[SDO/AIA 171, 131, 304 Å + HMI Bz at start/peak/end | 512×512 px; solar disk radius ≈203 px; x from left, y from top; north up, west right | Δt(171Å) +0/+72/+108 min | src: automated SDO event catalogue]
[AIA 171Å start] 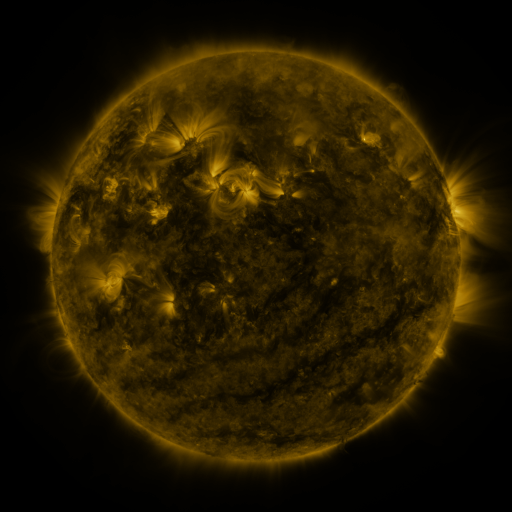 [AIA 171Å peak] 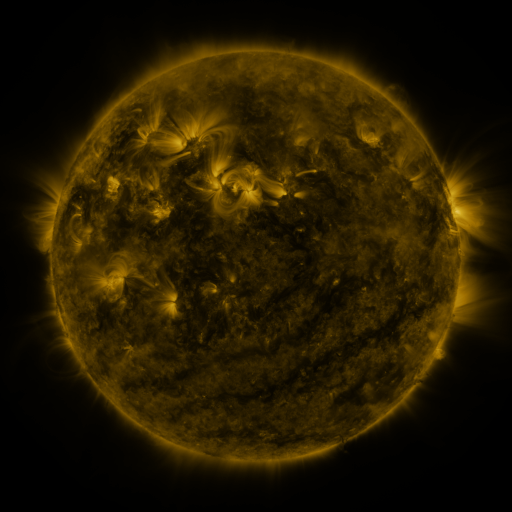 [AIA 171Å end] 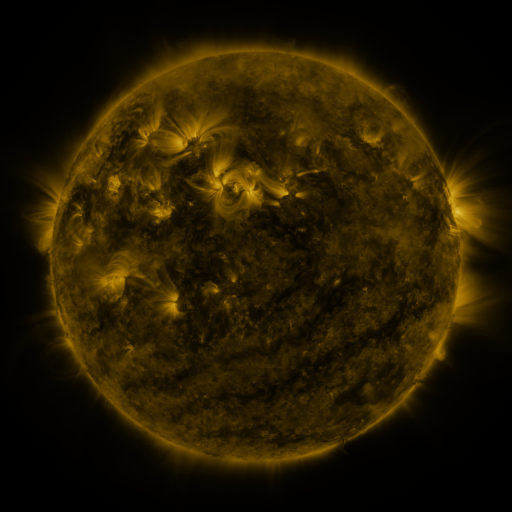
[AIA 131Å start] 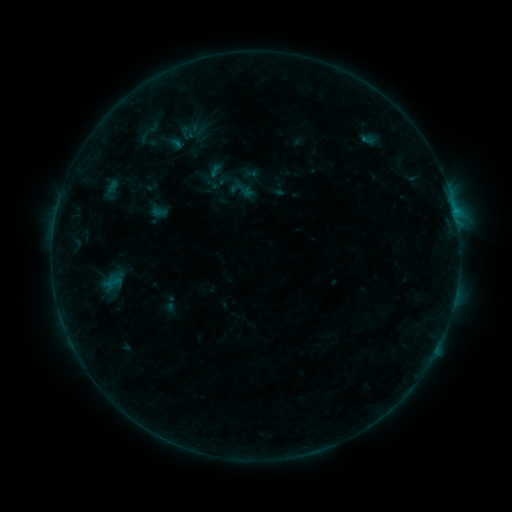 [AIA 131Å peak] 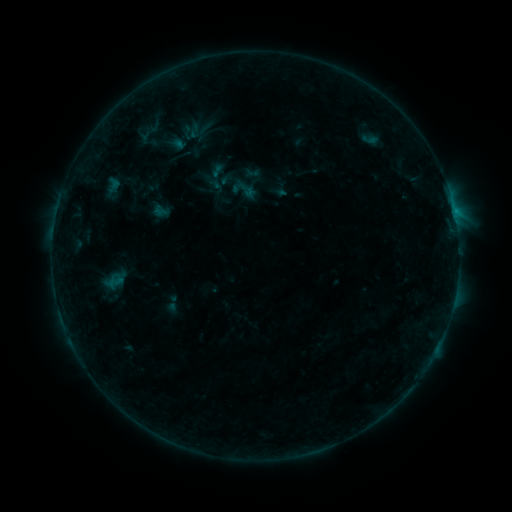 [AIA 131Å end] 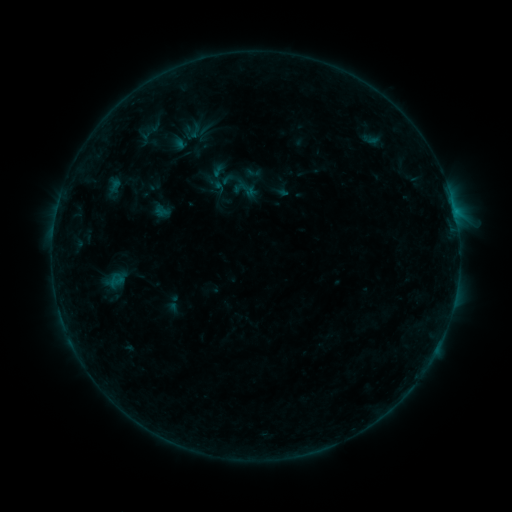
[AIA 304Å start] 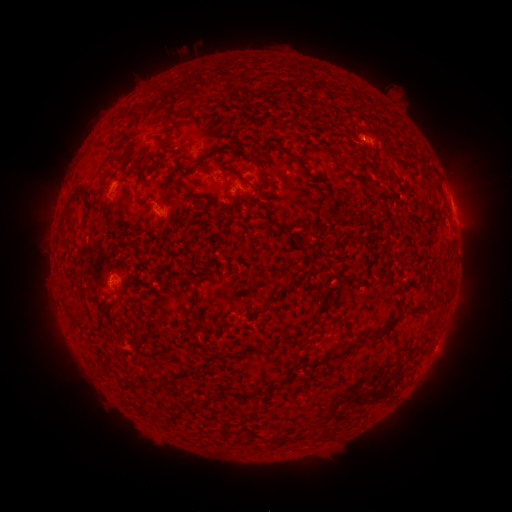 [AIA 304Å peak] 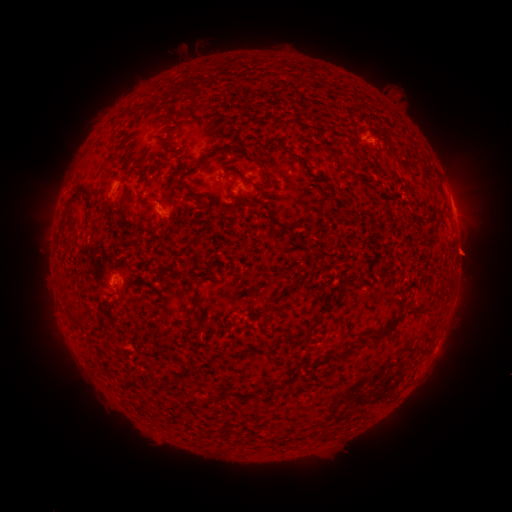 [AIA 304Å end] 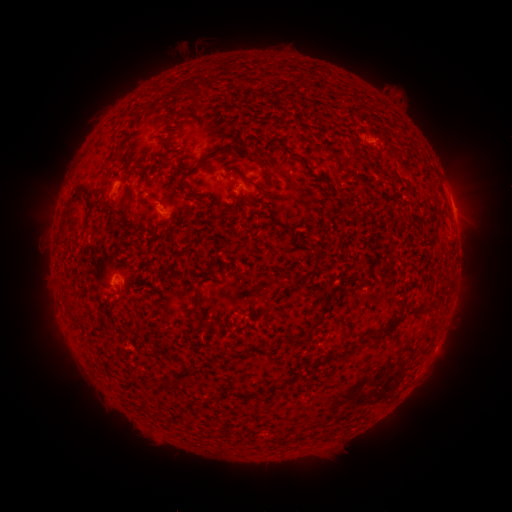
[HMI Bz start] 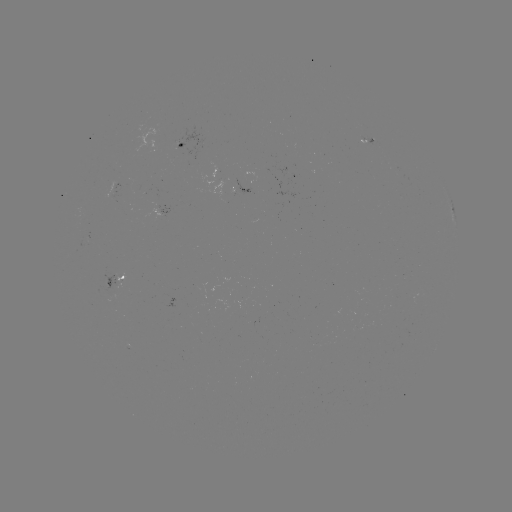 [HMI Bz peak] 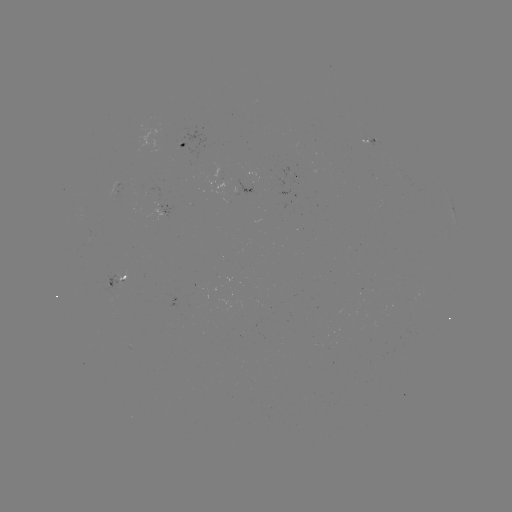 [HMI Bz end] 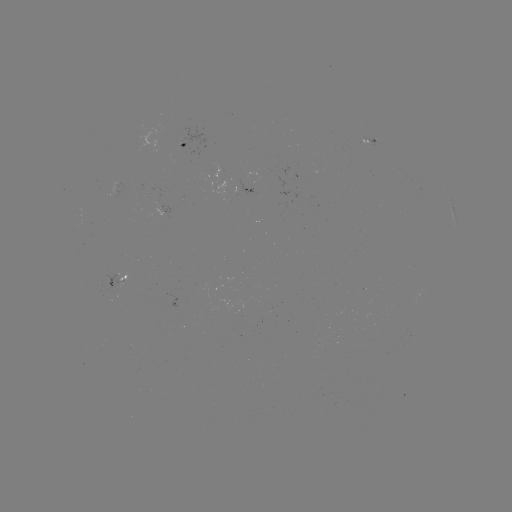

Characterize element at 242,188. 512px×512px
emerging-flux region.